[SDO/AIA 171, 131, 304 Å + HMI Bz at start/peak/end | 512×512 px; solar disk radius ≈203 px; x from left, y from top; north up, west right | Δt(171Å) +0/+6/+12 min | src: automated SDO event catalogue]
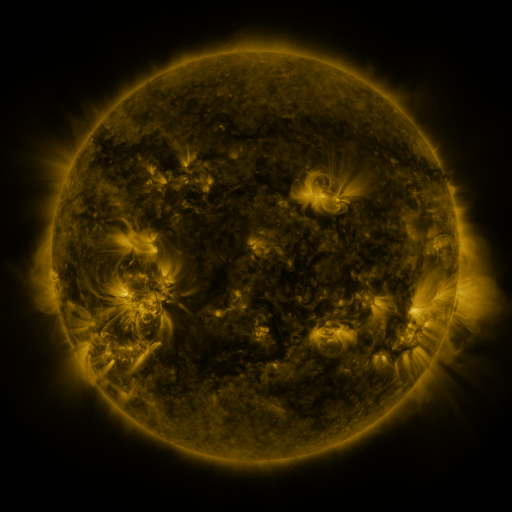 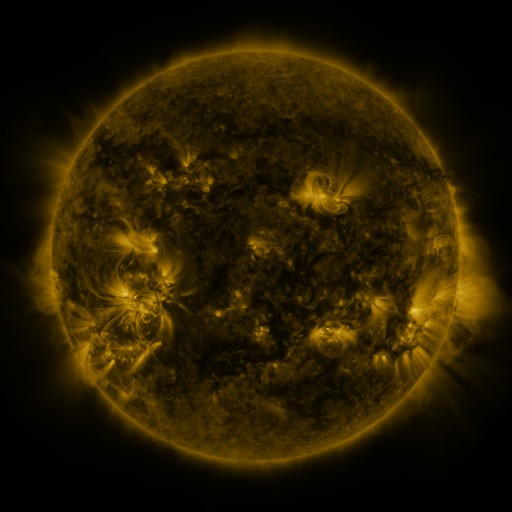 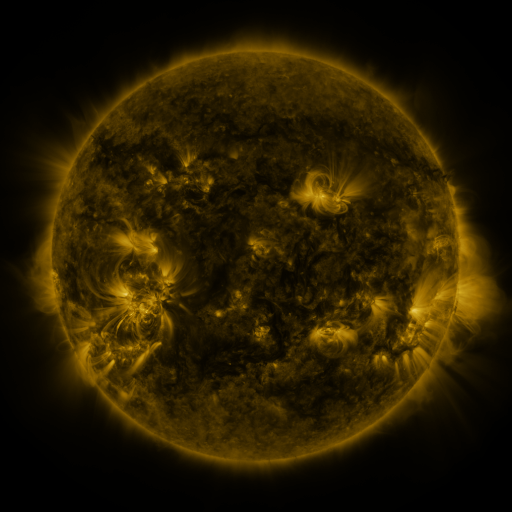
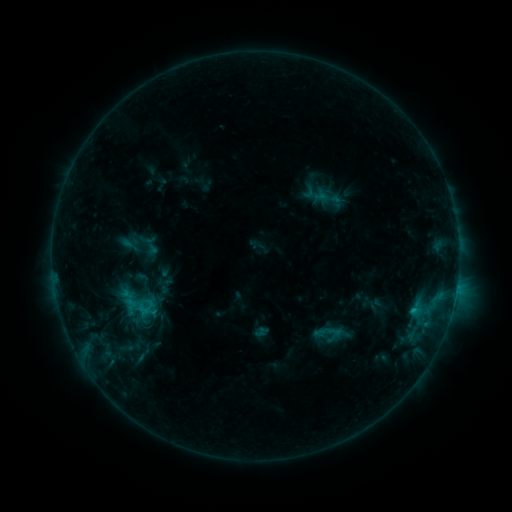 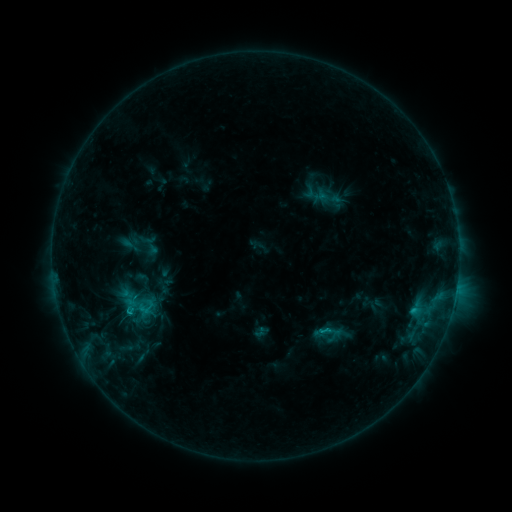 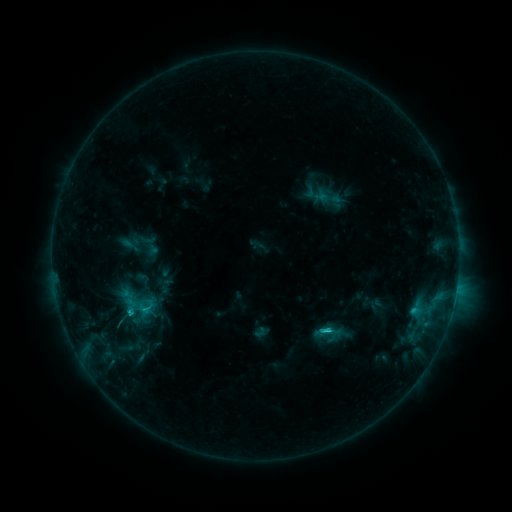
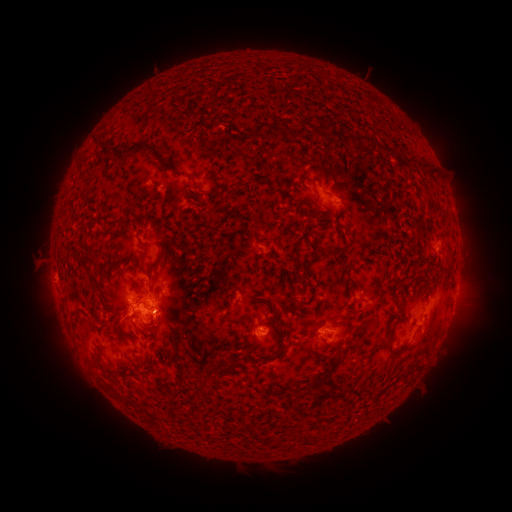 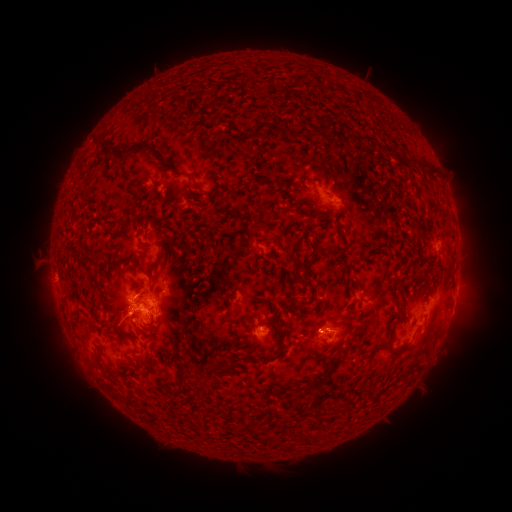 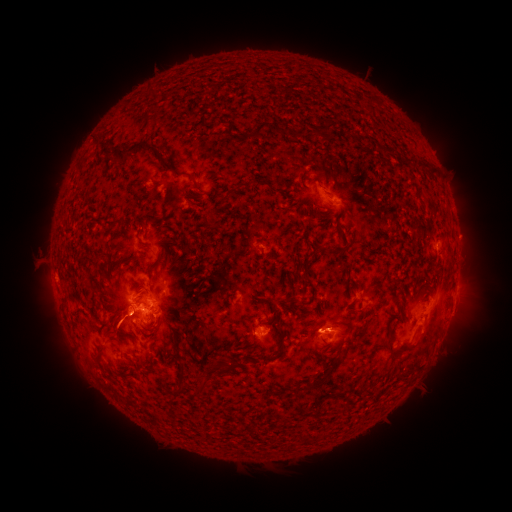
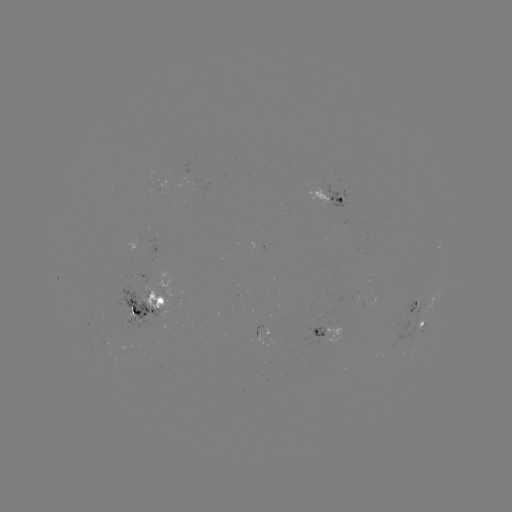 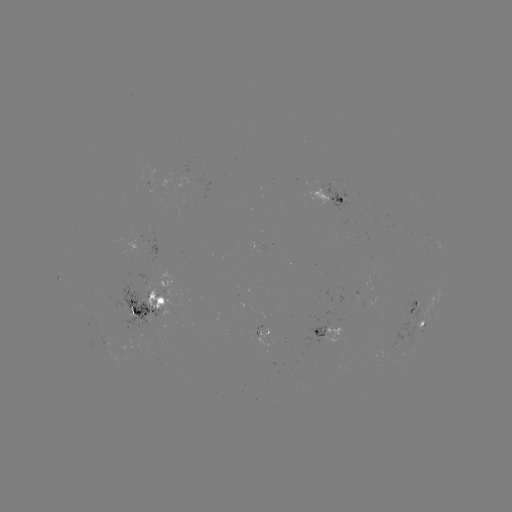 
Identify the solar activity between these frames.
eruption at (325, 326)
